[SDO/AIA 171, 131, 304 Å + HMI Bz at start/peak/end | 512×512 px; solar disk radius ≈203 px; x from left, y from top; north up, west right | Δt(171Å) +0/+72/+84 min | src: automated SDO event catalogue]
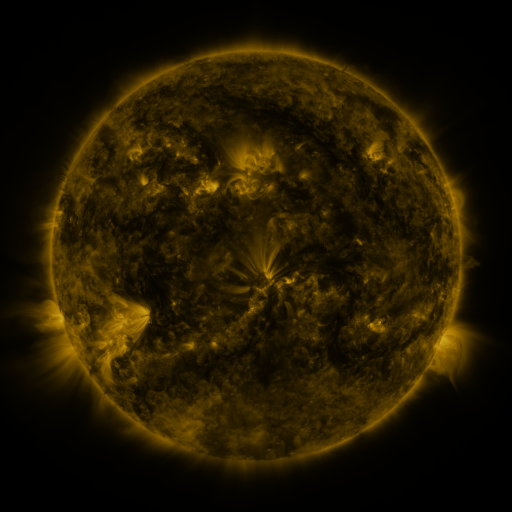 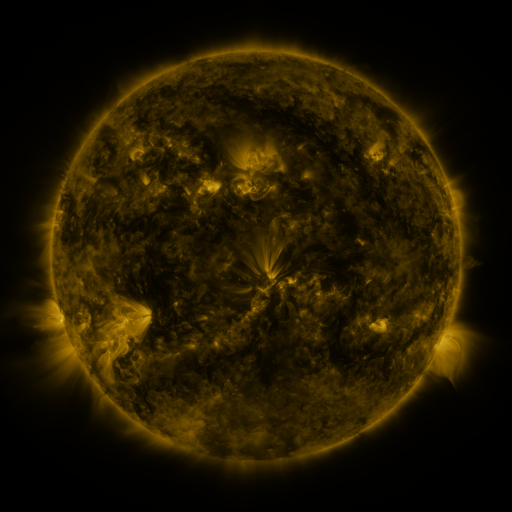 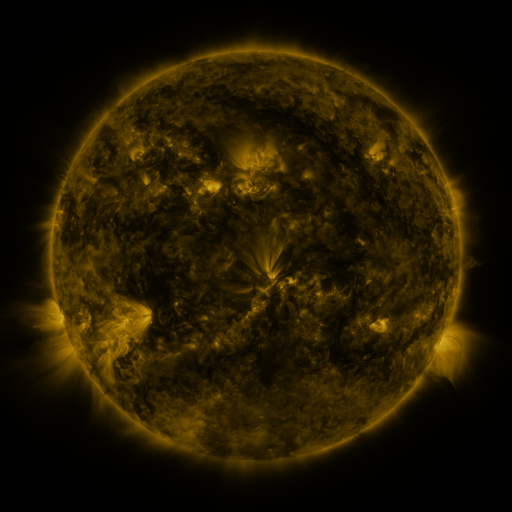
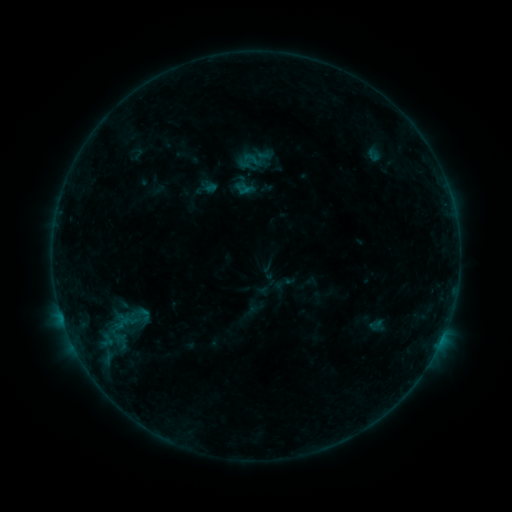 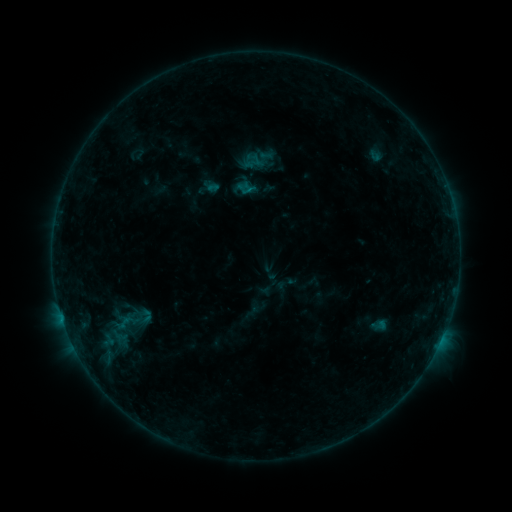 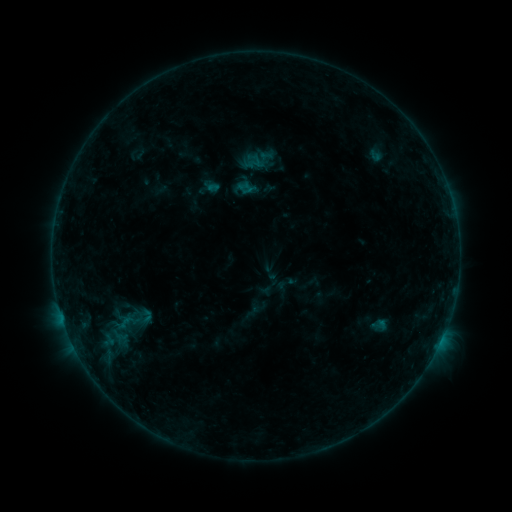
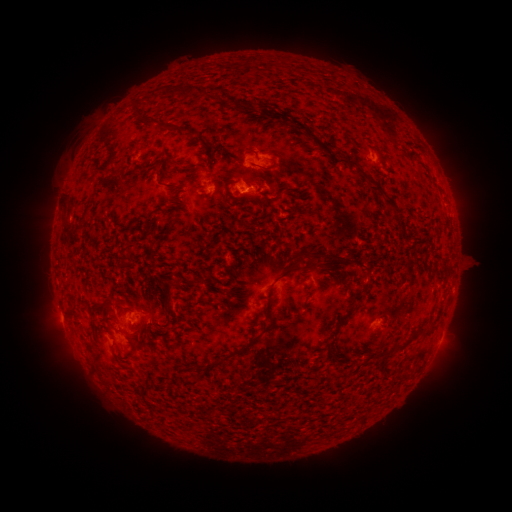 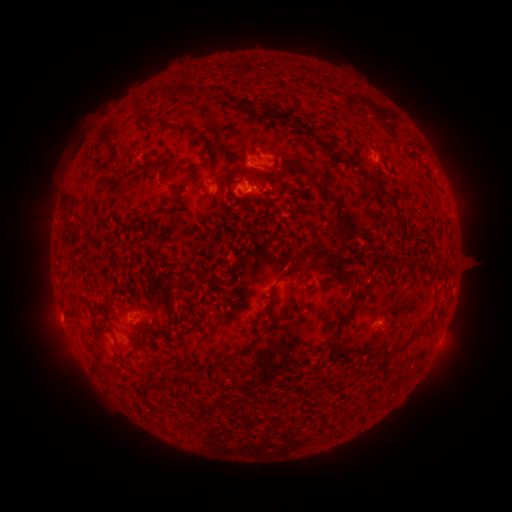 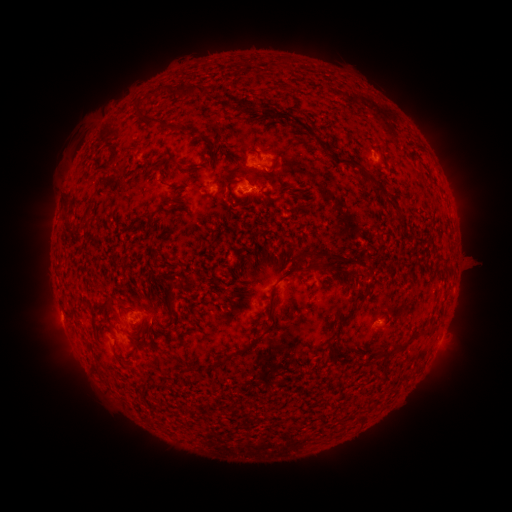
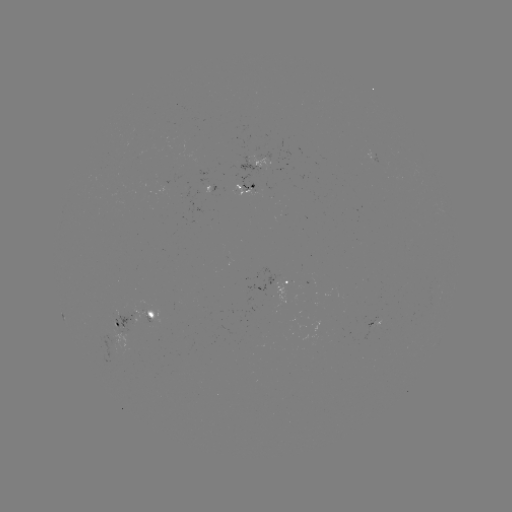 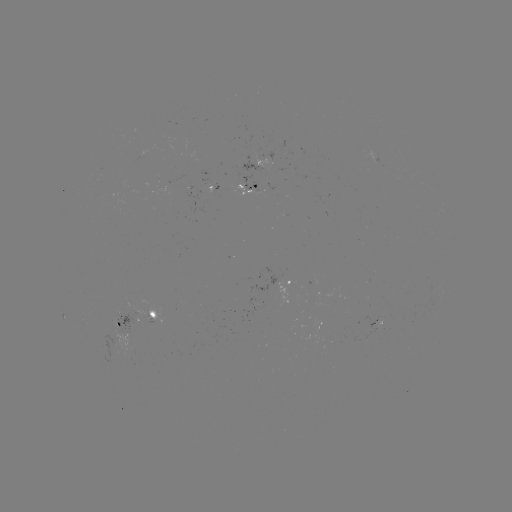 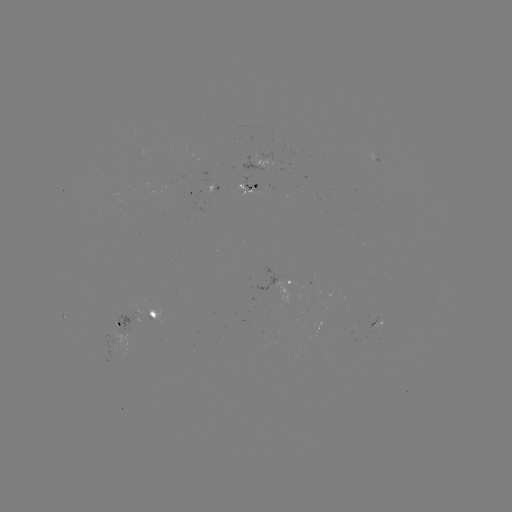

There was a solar emerging-flux region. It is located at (257, 186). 